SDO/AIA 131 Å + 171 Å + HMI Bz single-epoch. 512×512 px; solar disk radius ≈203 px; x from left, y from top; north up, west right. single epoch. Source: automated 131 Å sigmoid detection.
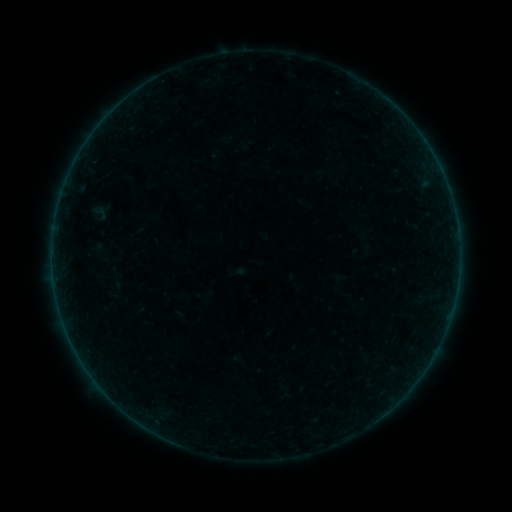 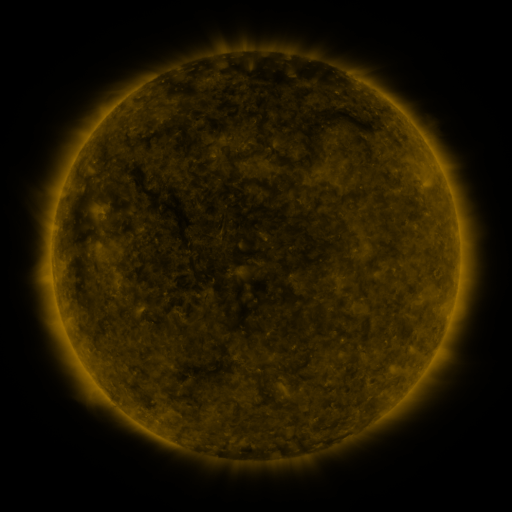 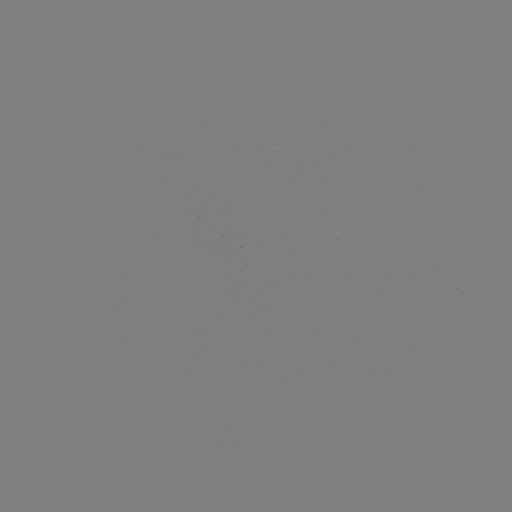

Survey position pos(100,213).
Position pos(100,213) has sigmoid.